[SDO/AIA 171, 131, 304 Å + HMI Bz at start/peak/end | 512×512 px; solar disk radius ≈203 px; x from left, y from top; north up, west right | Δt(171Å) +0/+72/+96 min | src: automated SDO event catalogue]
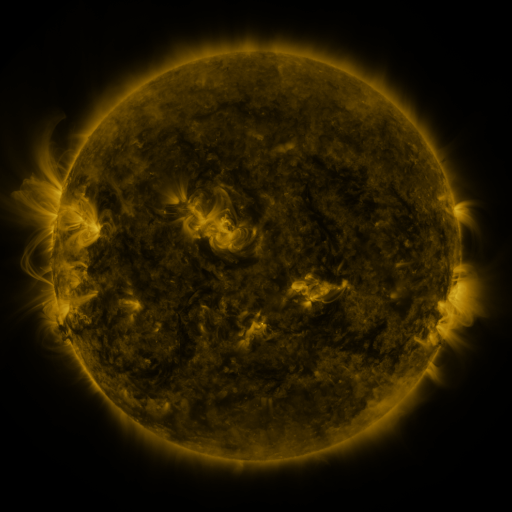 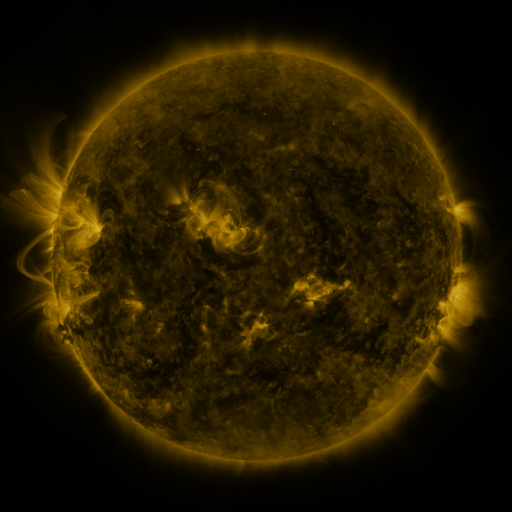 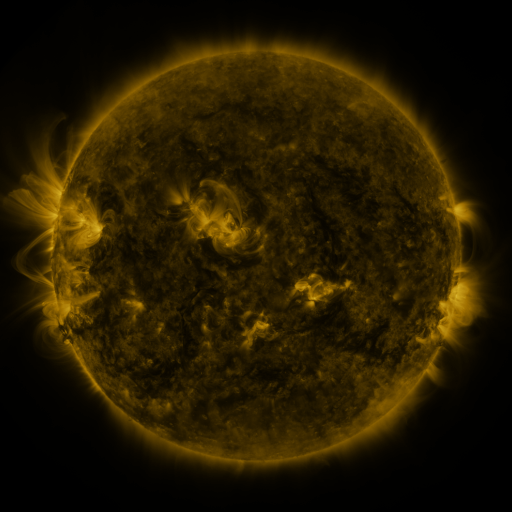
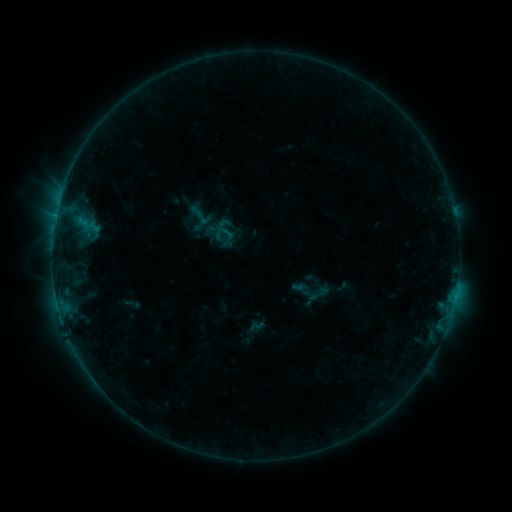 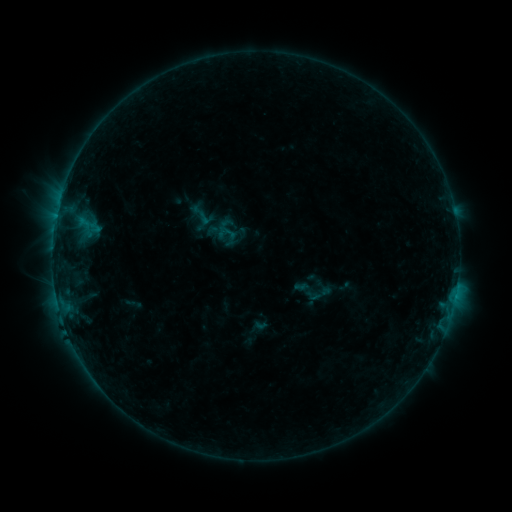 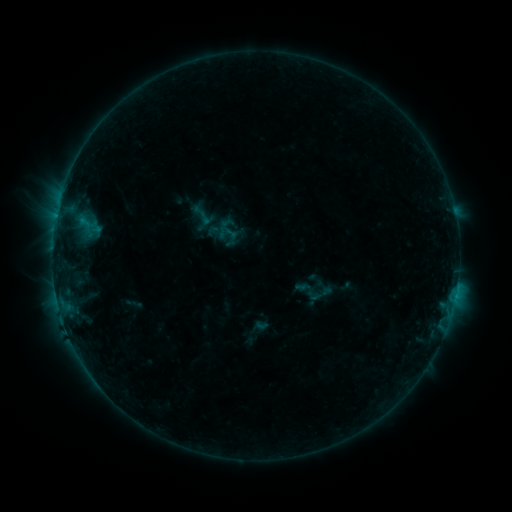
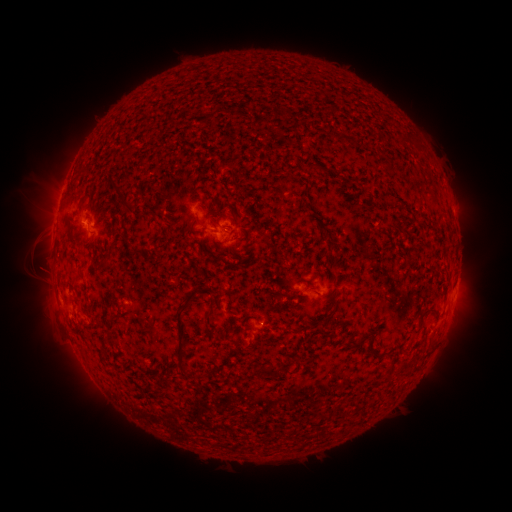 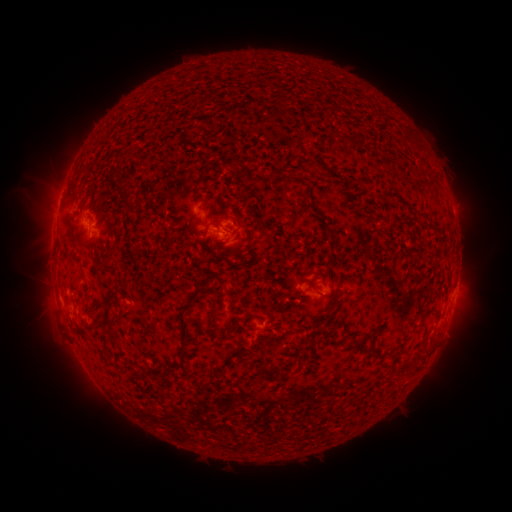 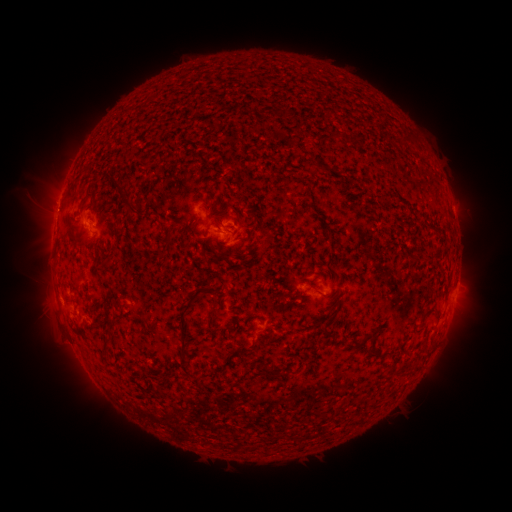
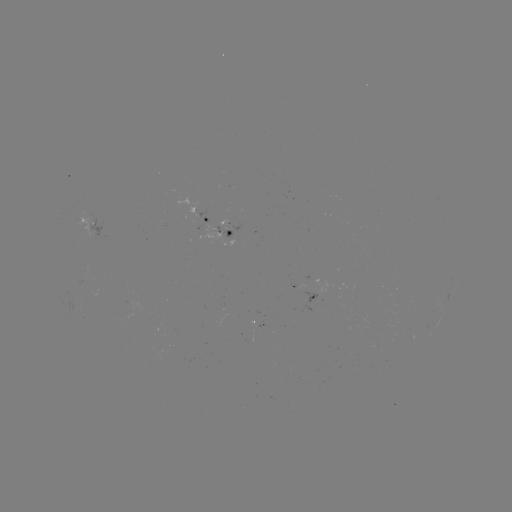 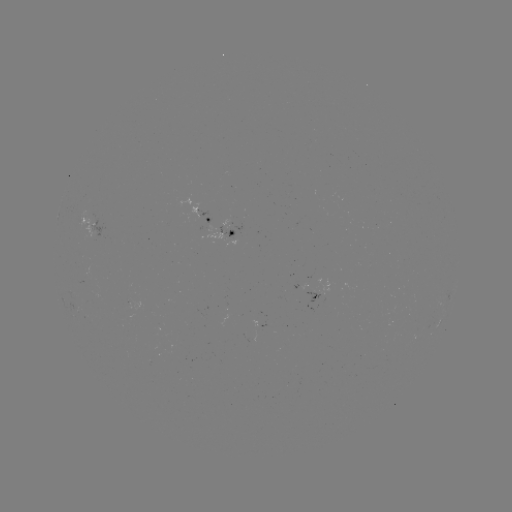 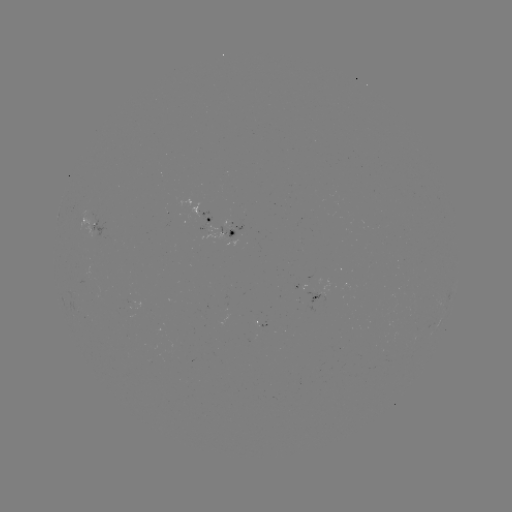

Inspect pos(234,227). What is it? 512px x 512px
emerging-flux region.